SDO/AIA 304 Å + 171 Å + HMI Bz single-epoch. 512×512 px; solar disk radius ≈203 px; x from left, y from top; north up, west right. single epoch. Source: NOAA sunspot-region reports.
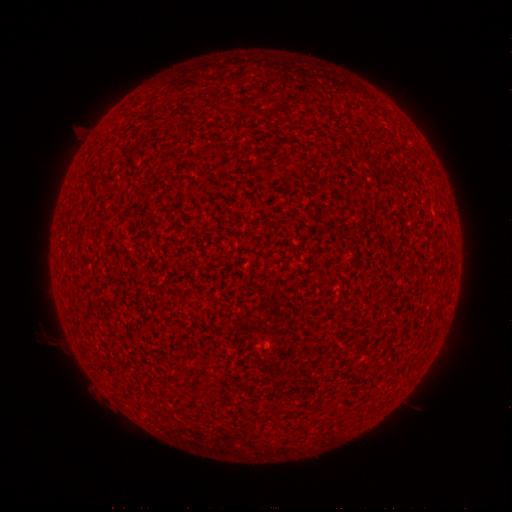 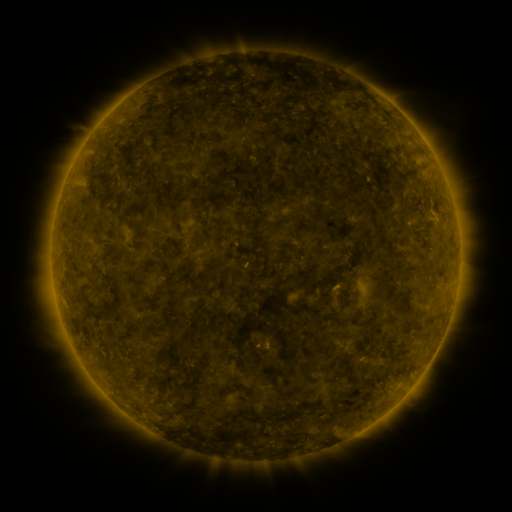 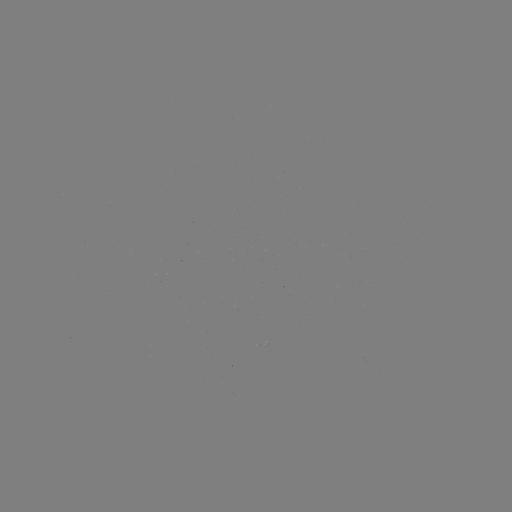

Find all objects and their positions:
(none)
